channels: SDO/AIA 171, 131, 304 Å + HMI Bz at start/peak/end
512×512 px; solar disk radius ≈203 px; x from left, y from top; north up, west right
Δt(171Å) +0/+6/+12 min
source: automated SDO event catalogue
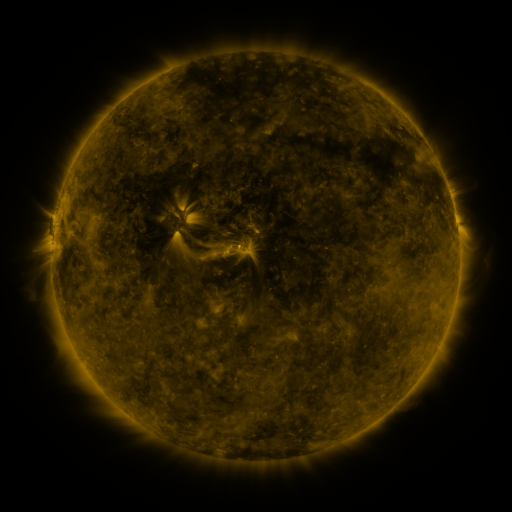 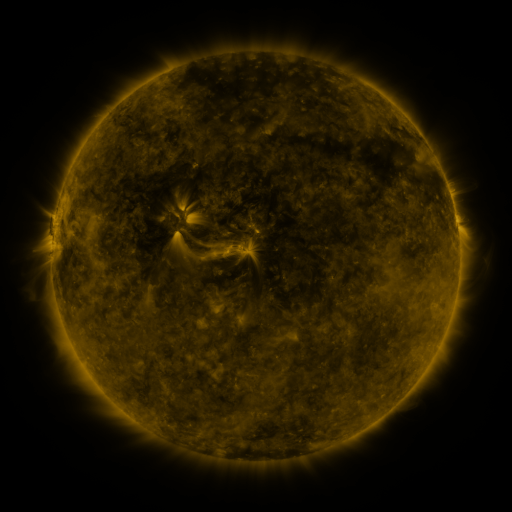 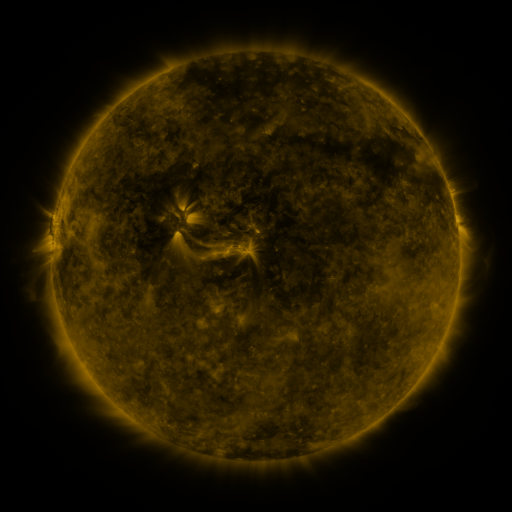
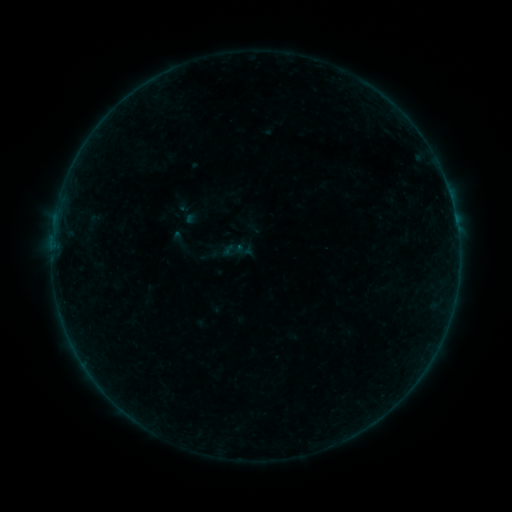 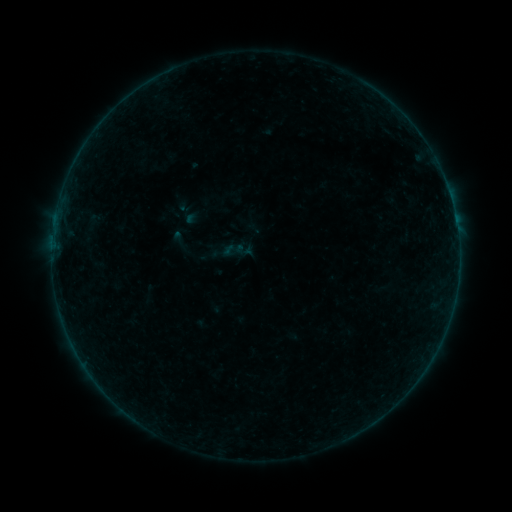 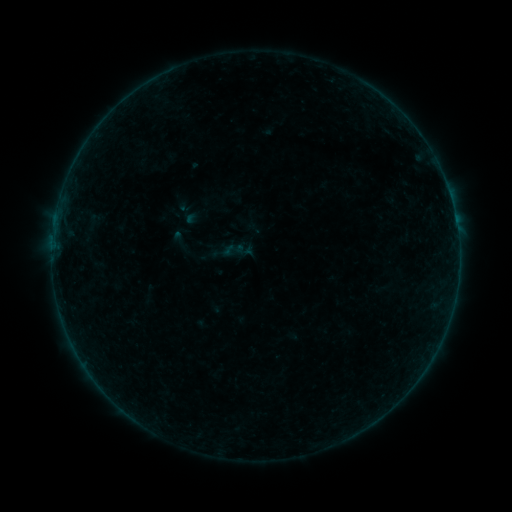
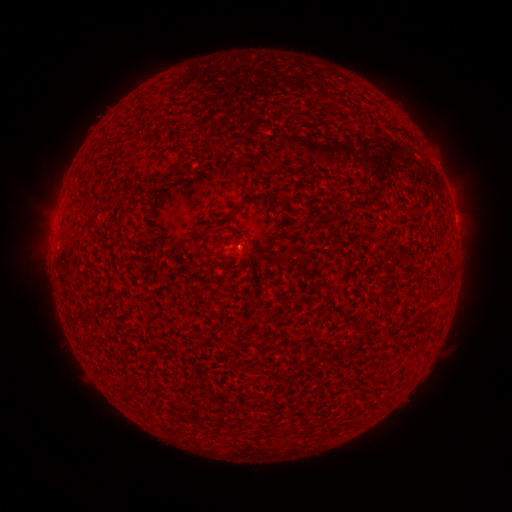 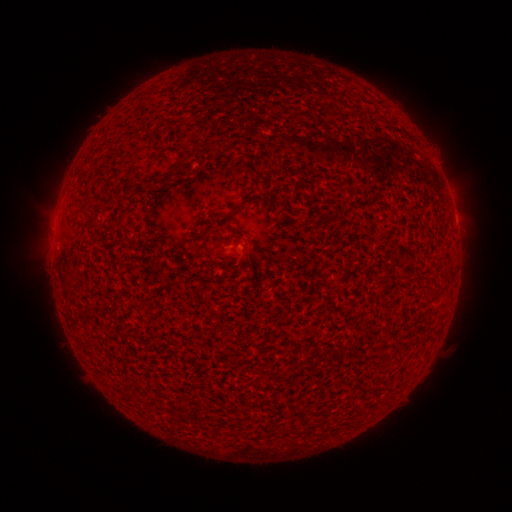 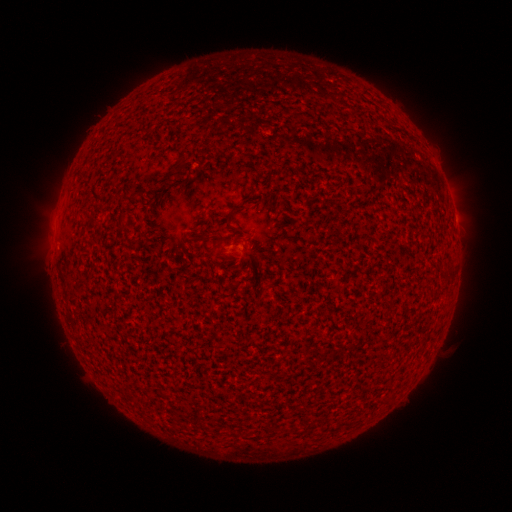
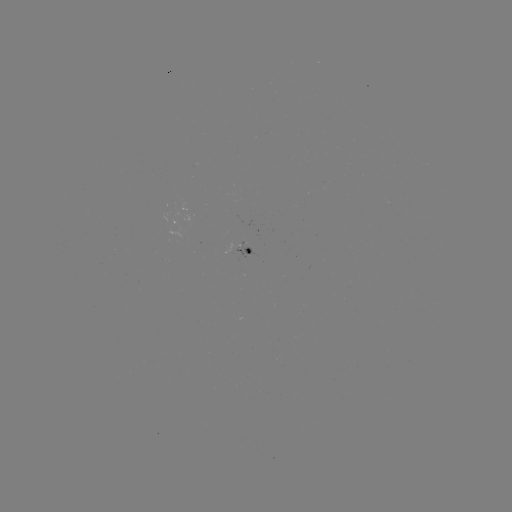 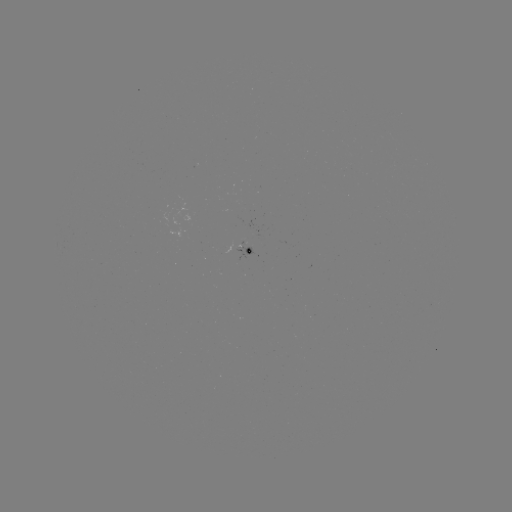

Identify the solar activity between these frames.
no flare in any classed list; no EUV-trigger detection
